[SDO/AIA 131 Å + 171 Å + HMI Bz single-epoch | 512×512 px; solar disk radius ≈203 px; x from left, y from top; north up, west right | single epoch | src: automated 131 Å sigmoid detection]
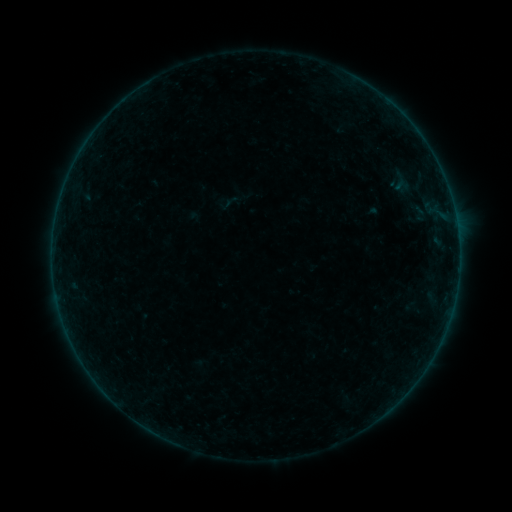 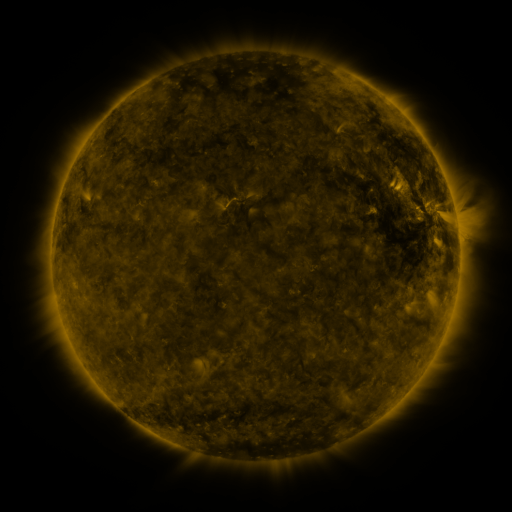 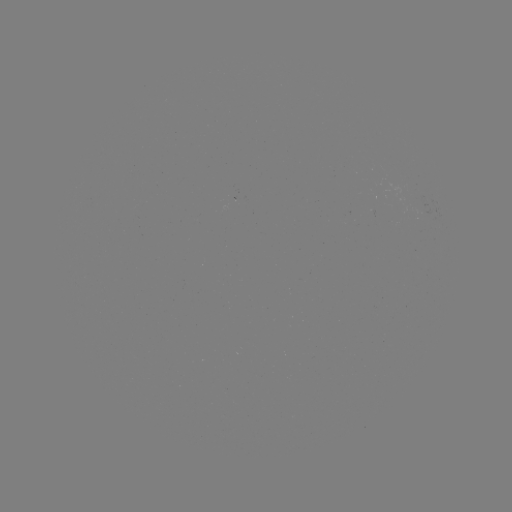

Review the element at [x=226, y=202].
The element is sigmoid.